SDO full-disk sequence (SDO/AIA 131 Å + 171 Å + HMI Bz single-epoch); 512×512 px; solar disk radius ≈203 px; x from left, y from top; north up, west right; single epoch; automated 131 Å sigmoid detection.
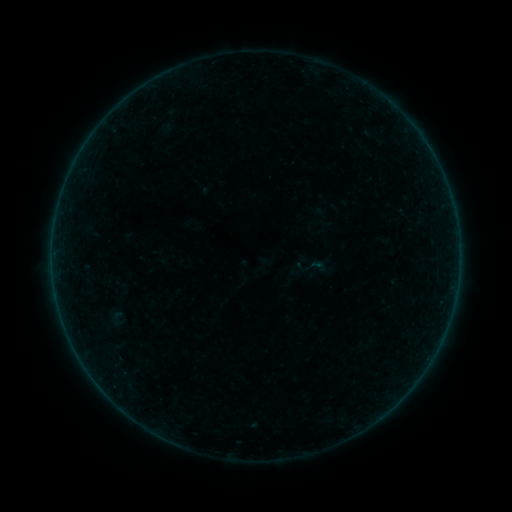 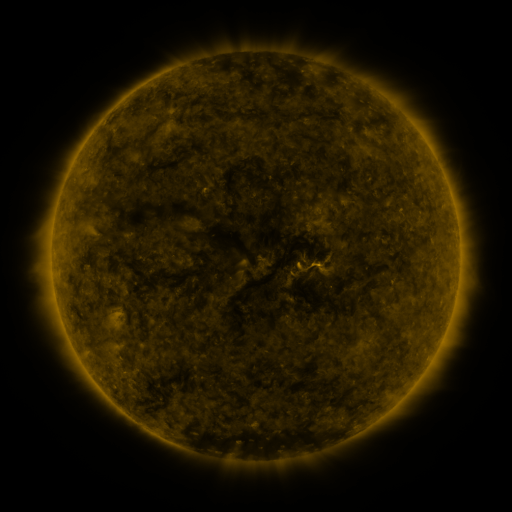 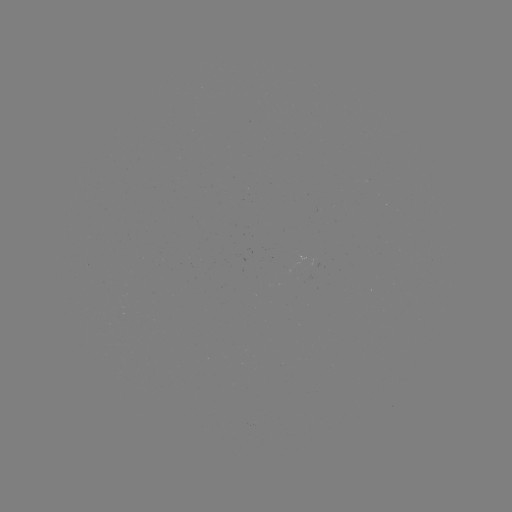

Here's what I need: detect sigmoid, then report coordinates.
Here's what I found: sigmoid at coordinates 319,266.